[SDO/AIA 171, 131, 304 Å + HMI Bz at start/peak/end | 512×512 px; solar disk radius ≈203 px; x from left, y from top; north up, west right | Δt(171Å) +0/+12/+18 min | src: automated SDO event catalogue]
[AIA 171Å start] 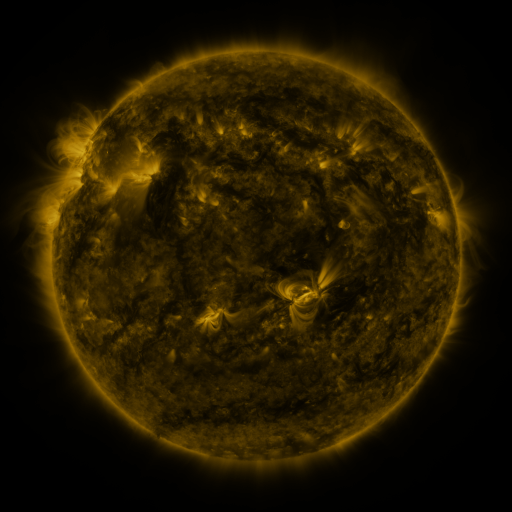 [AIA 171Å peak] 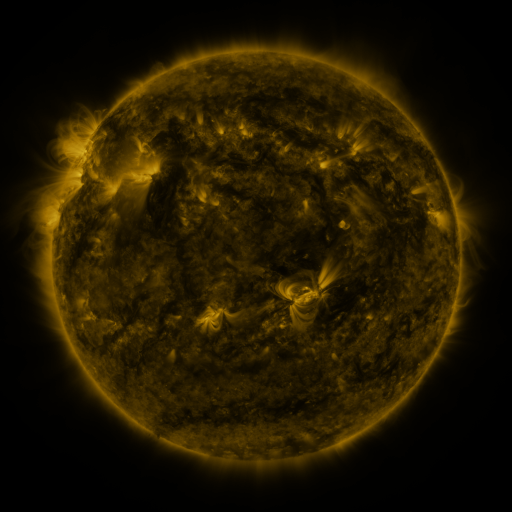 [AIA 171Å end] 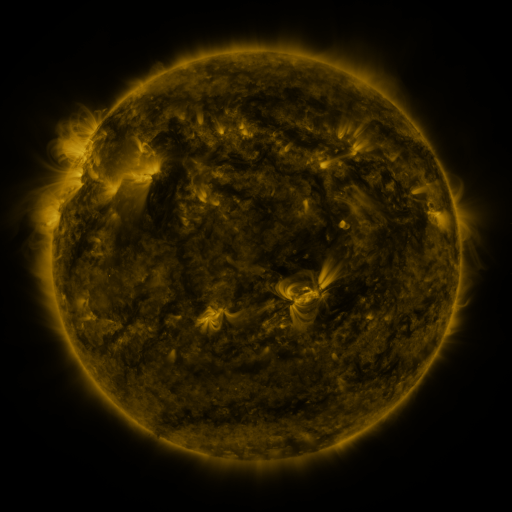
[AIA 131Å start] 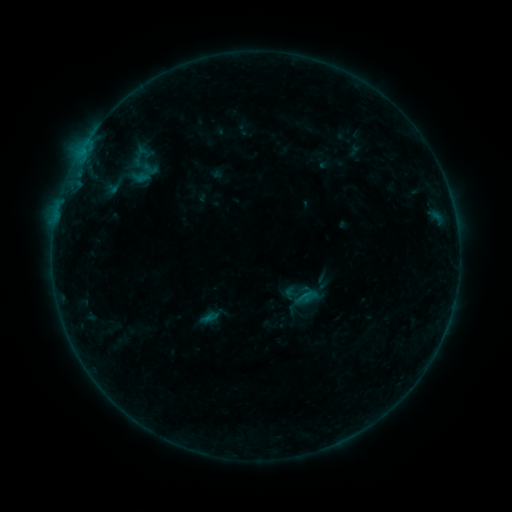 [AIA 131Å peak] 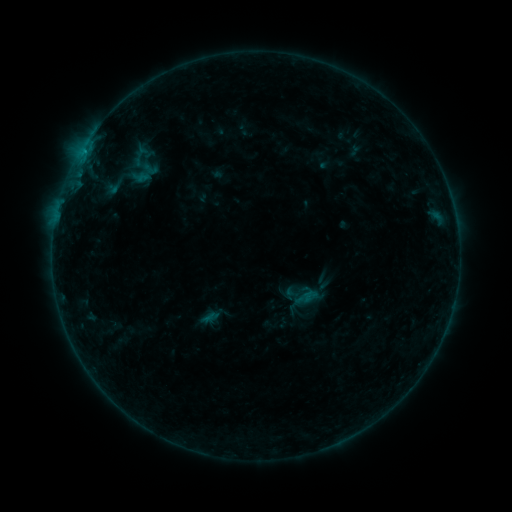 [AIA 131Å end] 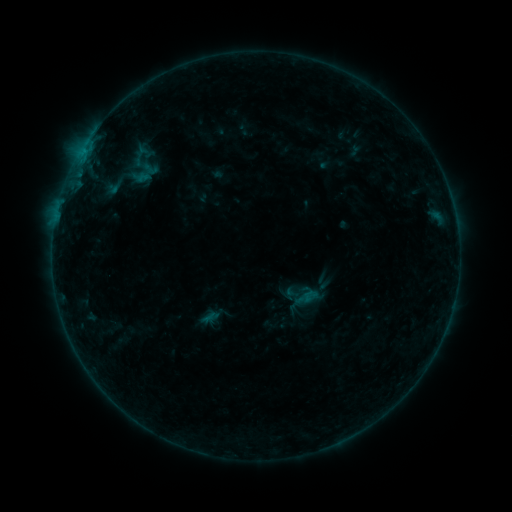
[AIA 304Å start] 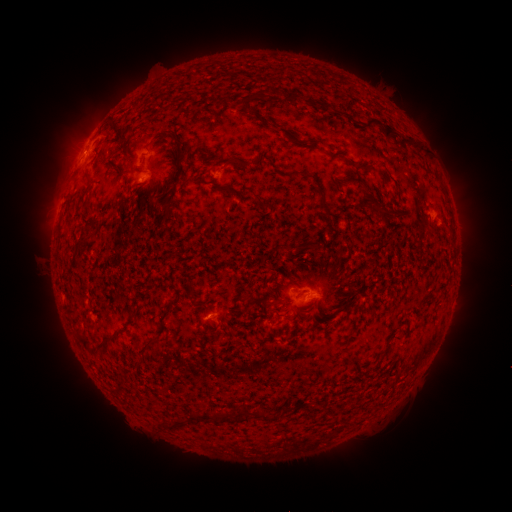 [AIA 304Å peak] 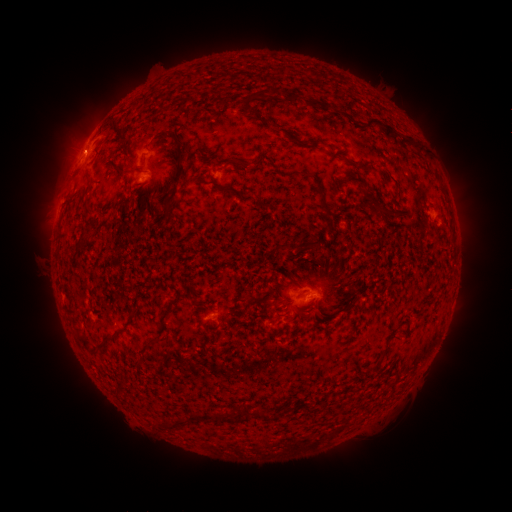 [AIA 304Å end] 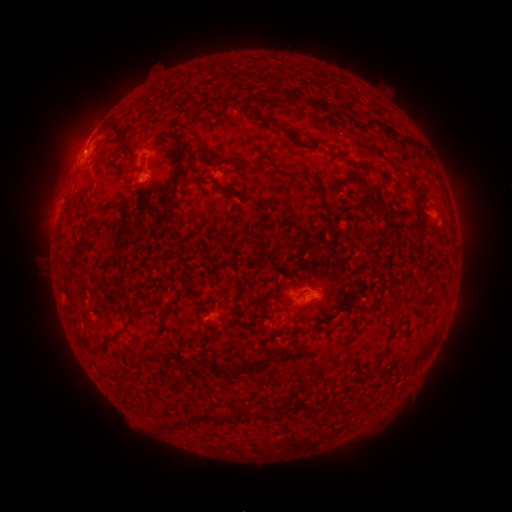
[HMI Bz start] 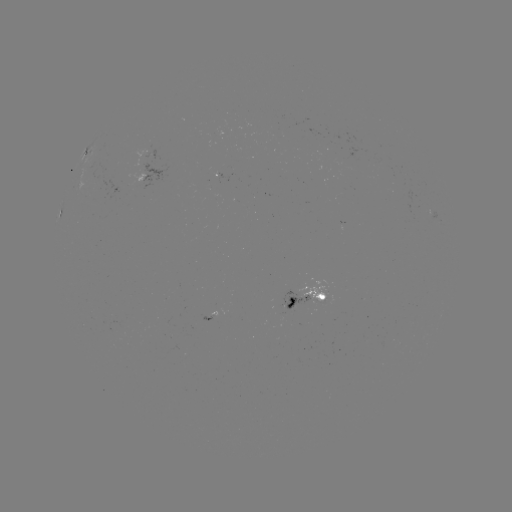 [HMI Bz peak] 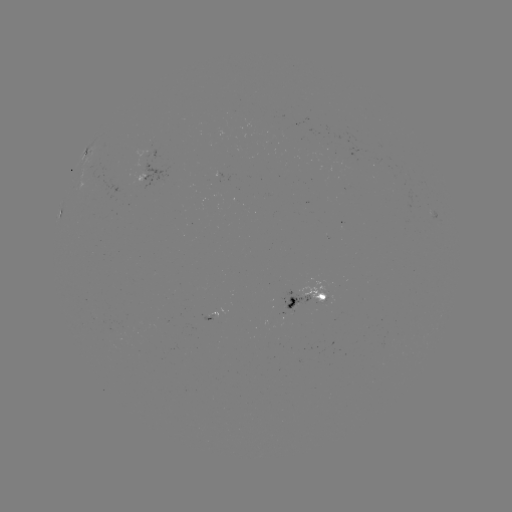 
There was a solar flare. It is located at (84, 152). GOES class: B3.4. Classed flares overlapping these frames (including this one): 1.